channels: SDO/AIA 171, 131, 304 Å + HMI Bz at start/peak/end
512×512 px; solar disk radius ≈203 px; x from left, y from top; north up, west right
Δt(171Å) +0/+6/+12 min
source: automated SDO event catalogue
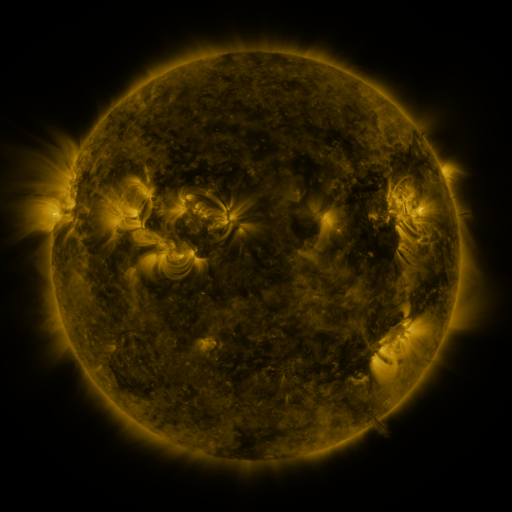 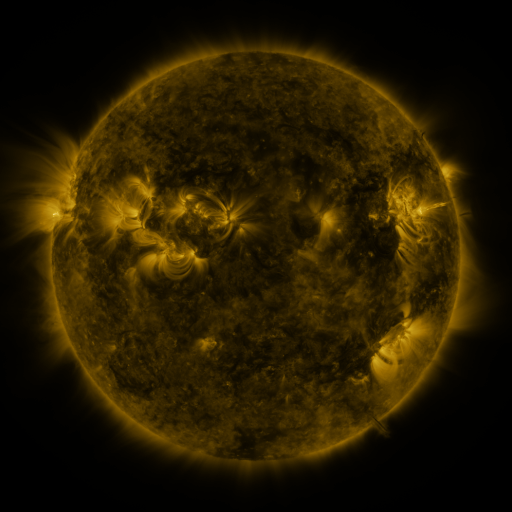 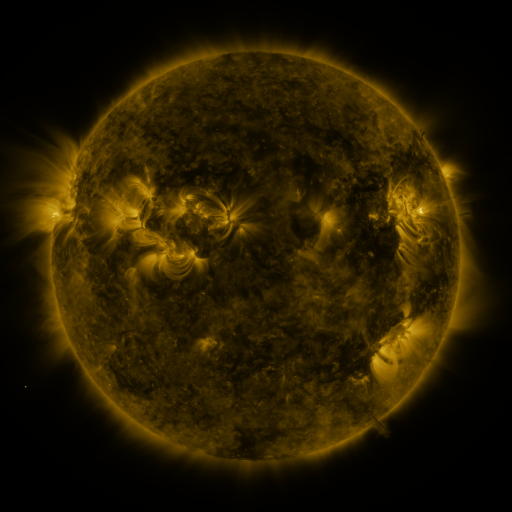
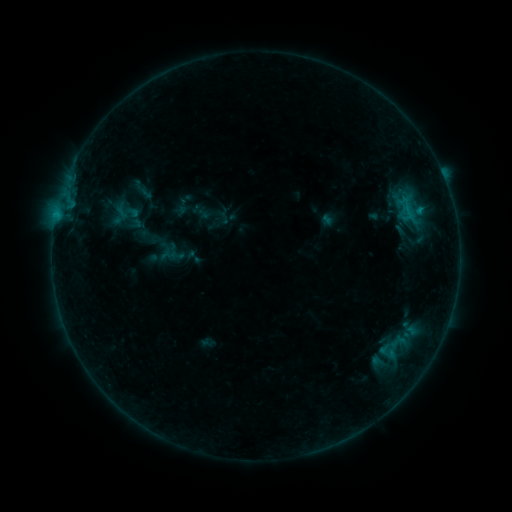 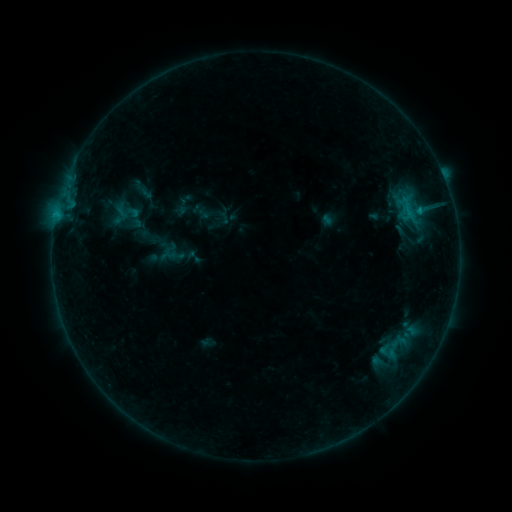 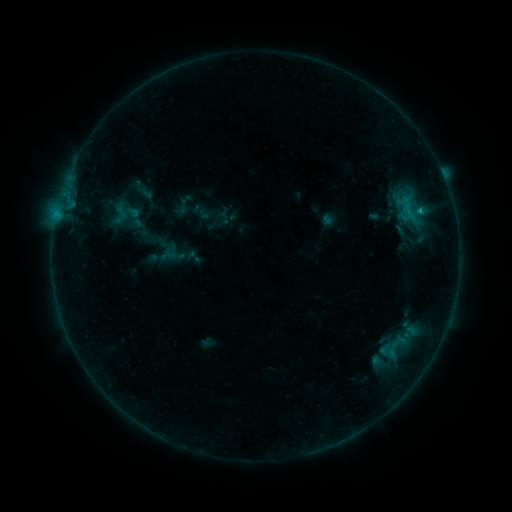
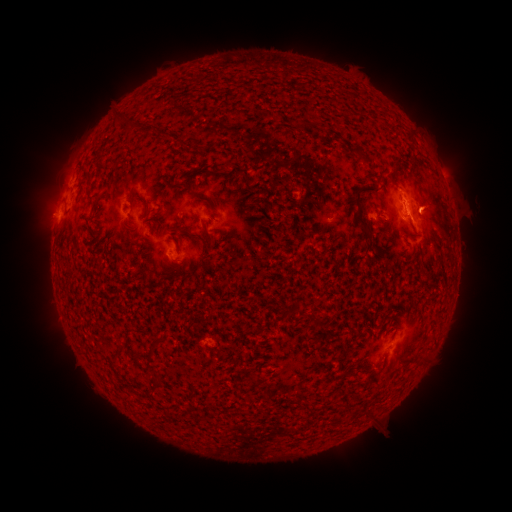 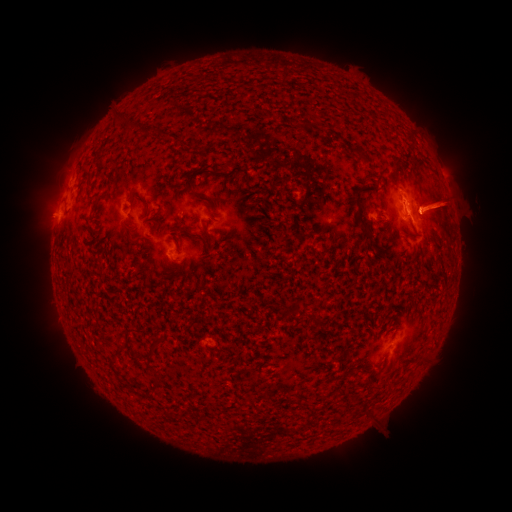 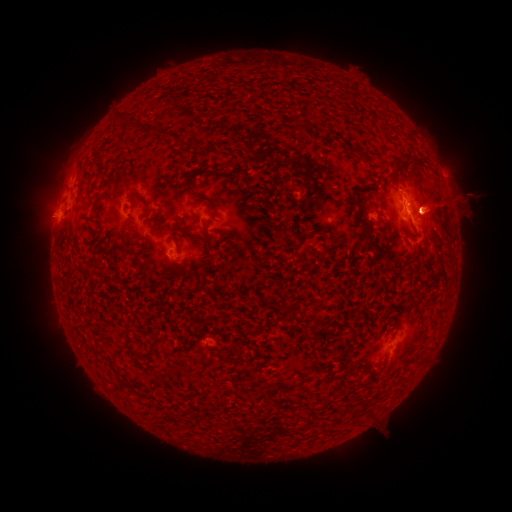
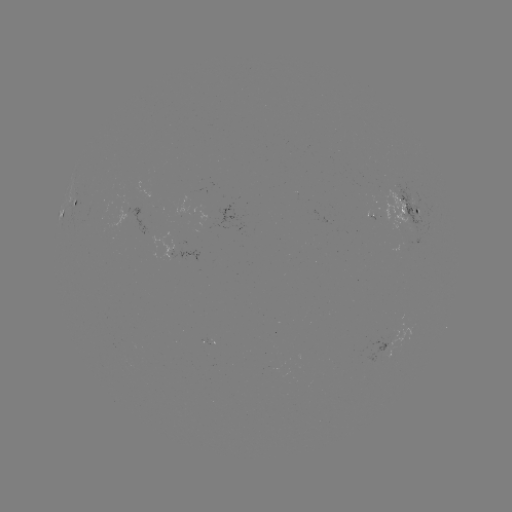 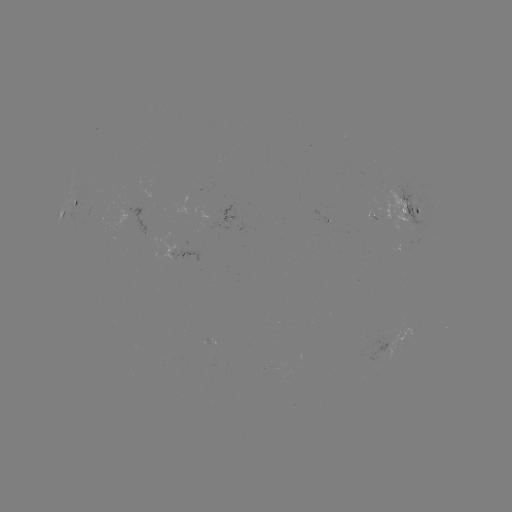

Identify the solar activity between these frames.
eruption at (446, 206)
